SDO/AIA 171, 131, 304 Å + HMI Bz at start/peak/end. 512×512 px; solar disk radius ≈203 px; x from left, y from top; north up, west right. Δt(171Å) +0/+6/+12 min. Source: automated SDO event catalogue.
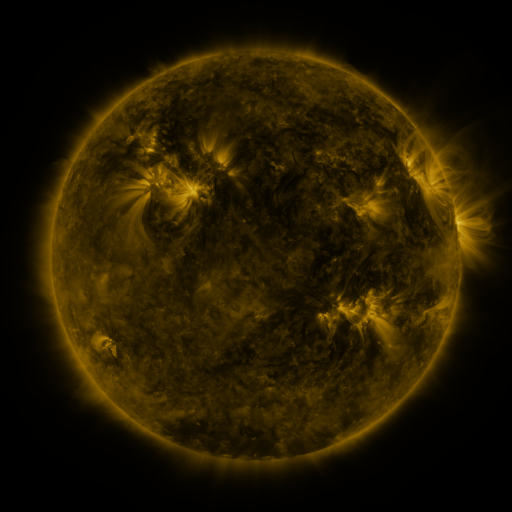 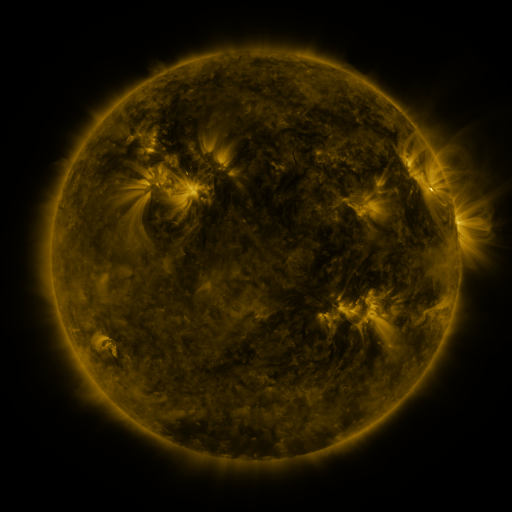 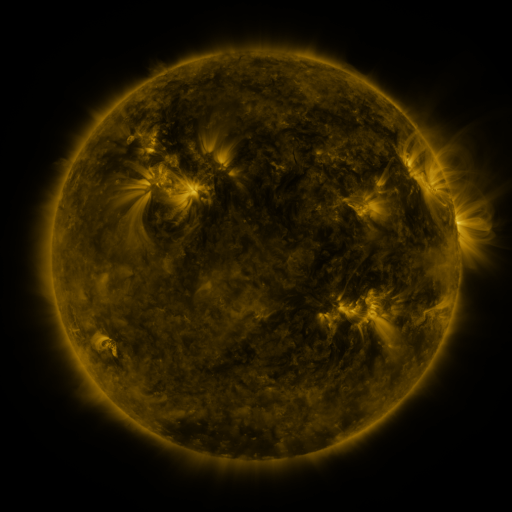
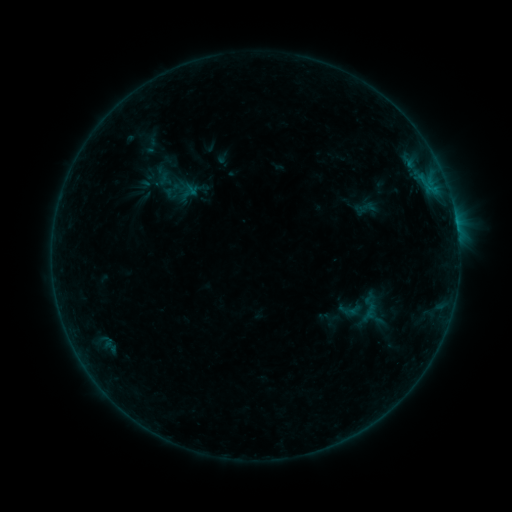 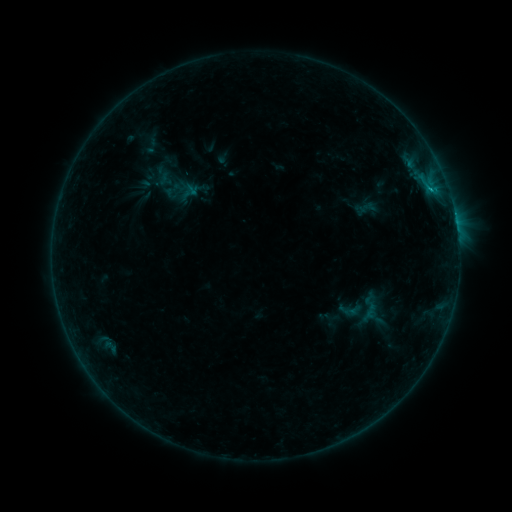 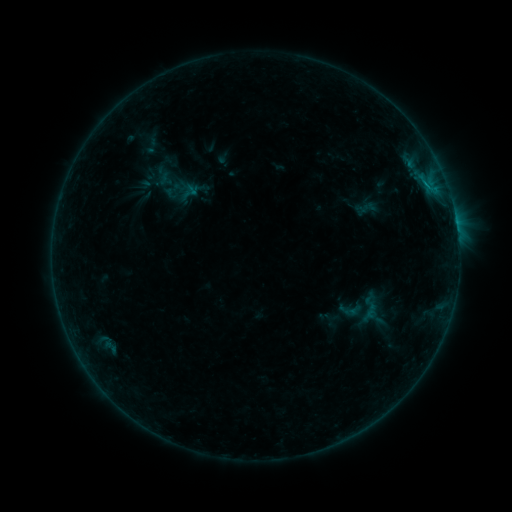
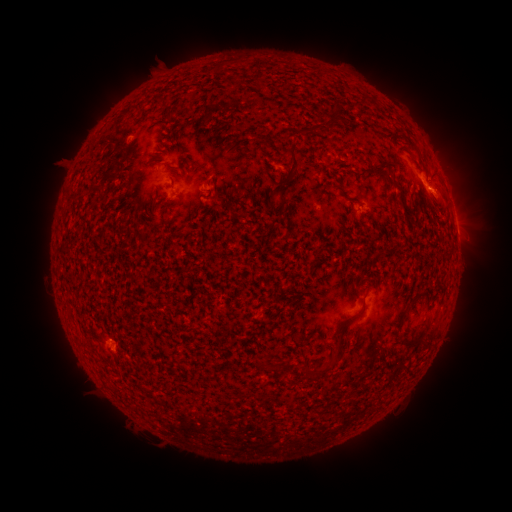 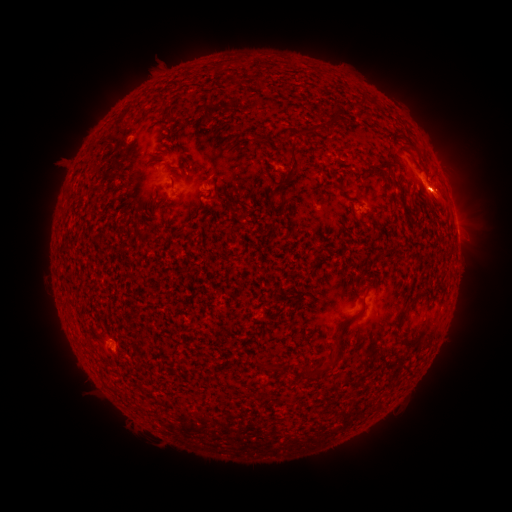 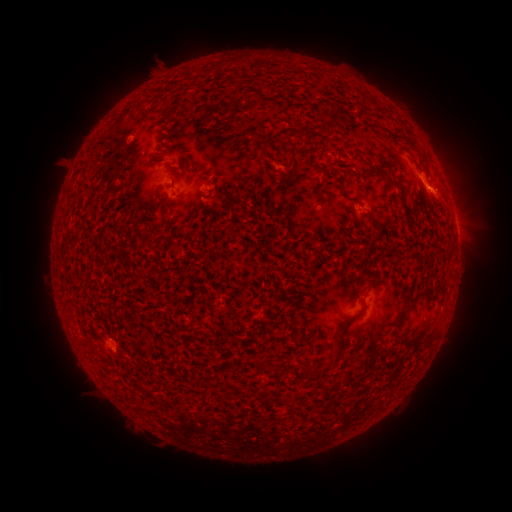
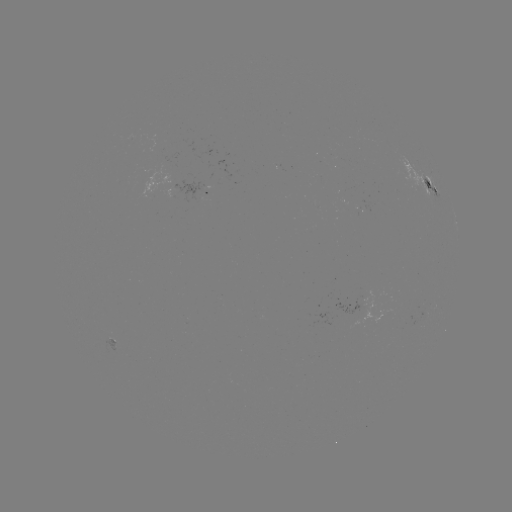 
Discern B5.3 flare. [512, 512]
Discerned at (429, 192).